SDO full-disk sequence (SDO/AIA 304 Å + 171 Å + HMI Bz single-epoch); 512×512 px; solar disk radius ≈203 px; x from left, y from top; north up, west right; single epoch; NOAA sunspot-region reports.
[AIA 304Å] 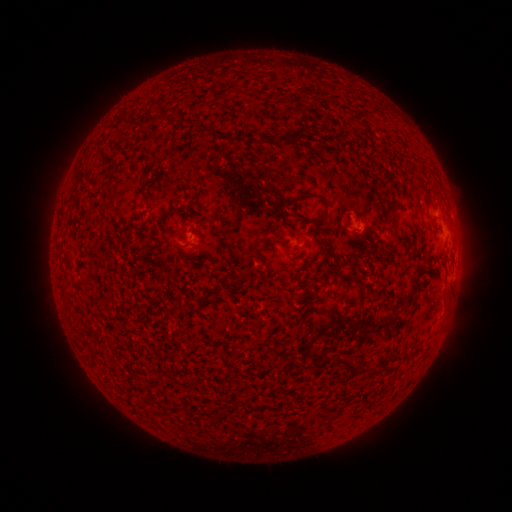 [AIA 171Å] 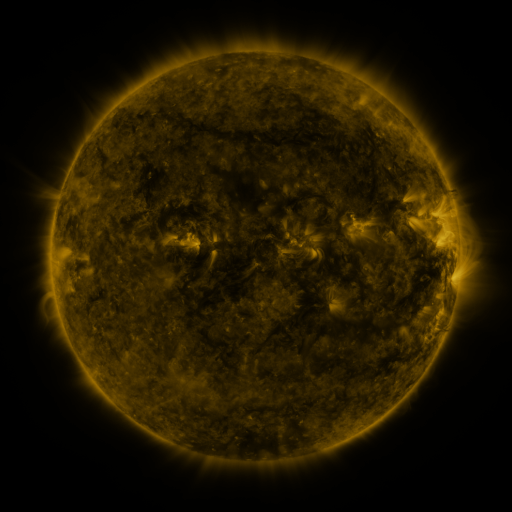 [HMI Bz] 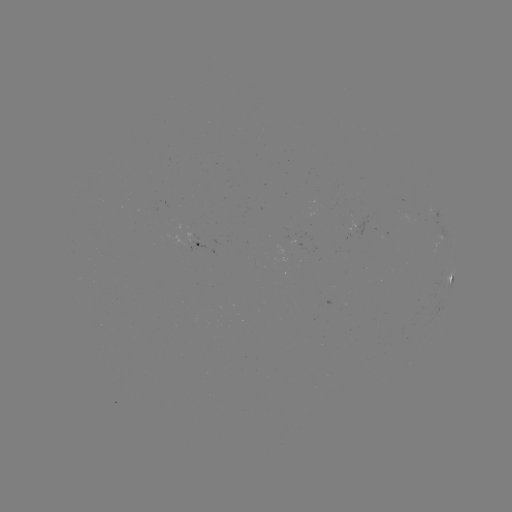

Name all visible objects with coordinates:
spotted active region: (200, 241)
spotted active region: (452, 282)
